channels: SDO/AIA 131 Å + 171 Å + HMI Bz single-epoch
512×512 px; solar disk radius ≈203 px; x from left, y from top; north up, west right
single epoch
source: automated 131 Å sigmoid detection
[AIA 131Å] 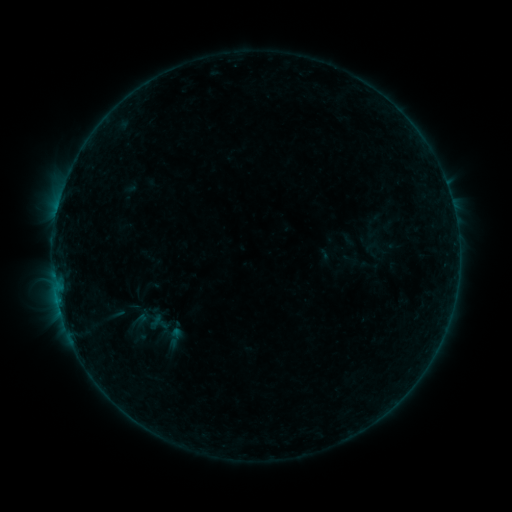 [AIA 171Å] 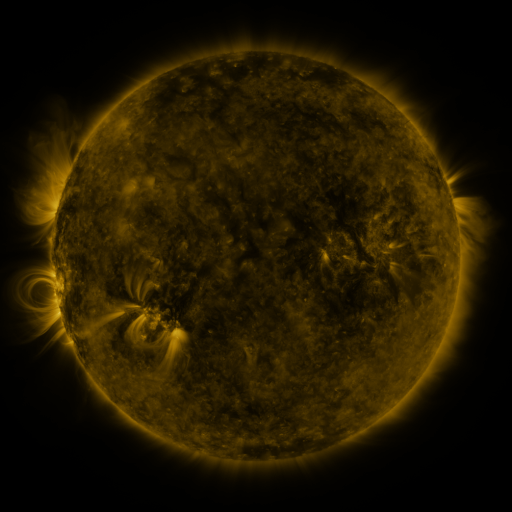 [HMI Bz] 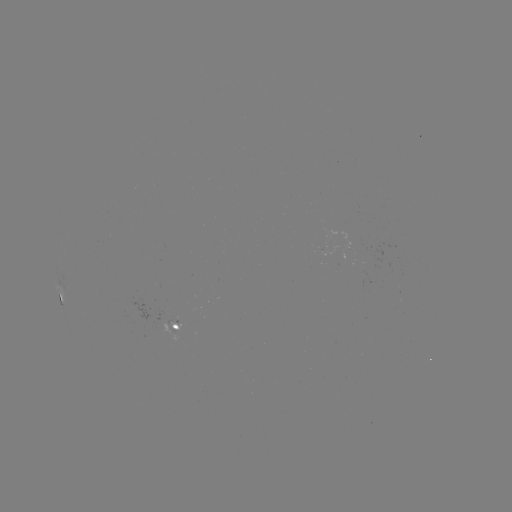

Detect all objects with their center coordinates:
sigmoid: <bbox>160, 324, 189, 350</bbox>
